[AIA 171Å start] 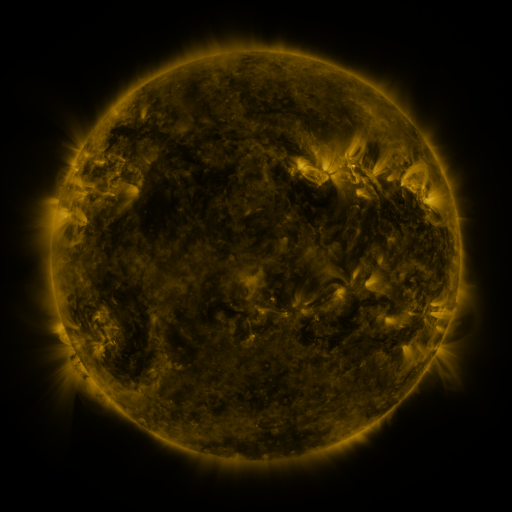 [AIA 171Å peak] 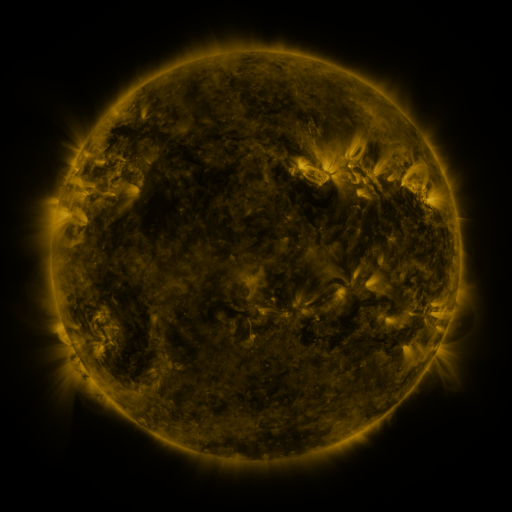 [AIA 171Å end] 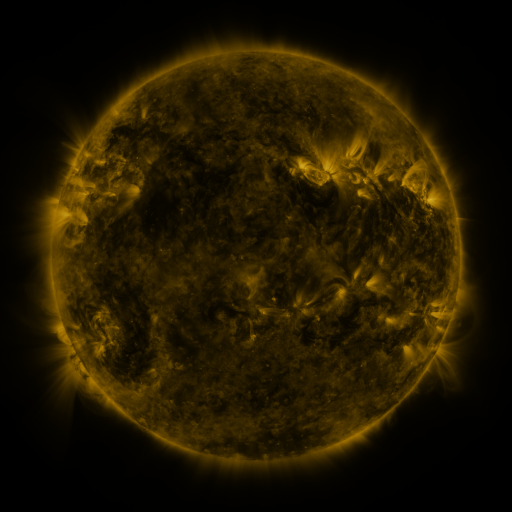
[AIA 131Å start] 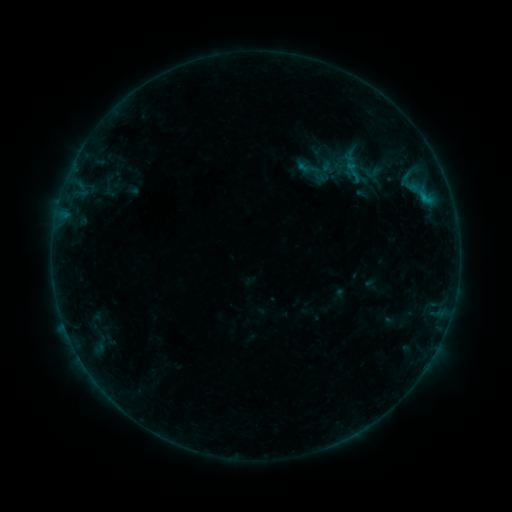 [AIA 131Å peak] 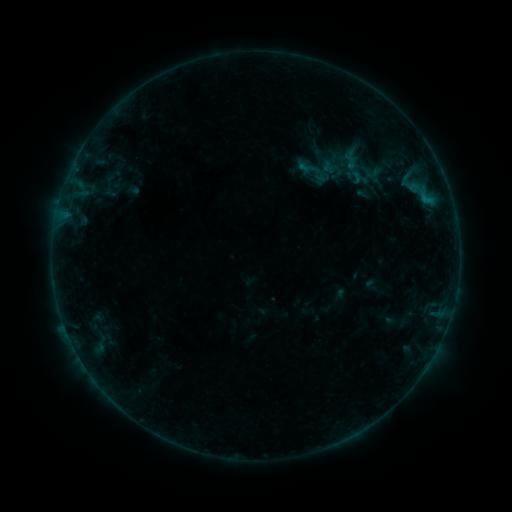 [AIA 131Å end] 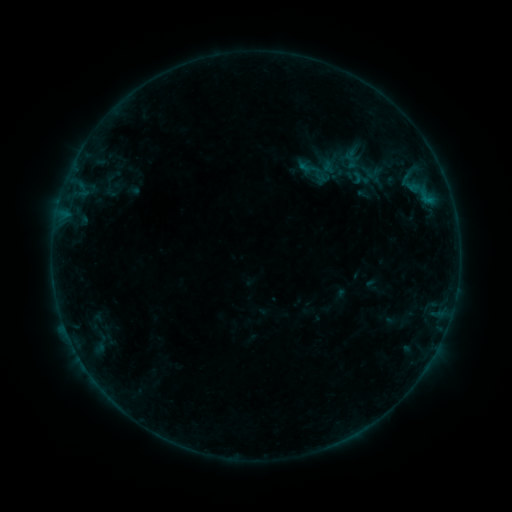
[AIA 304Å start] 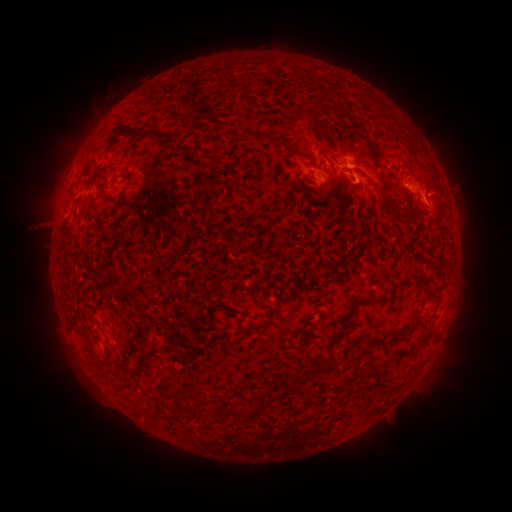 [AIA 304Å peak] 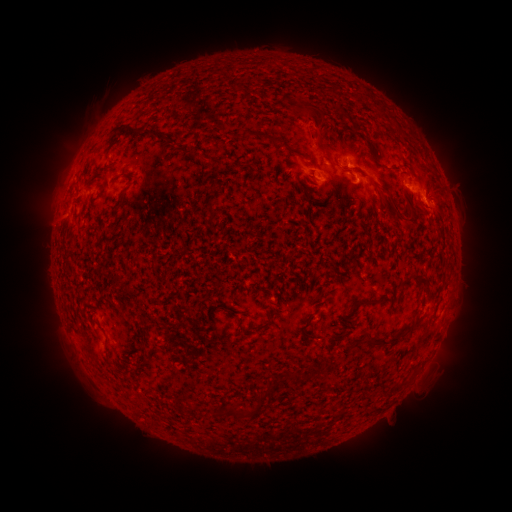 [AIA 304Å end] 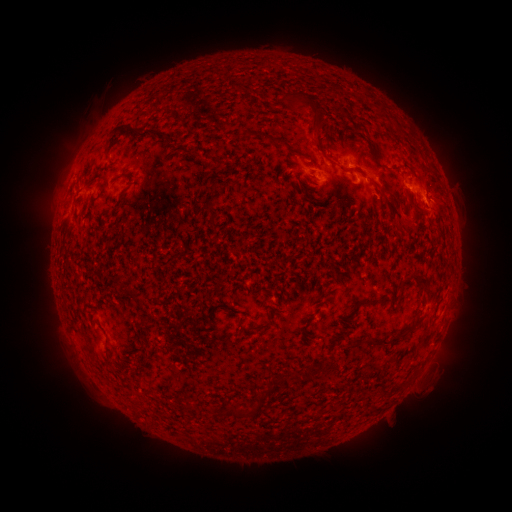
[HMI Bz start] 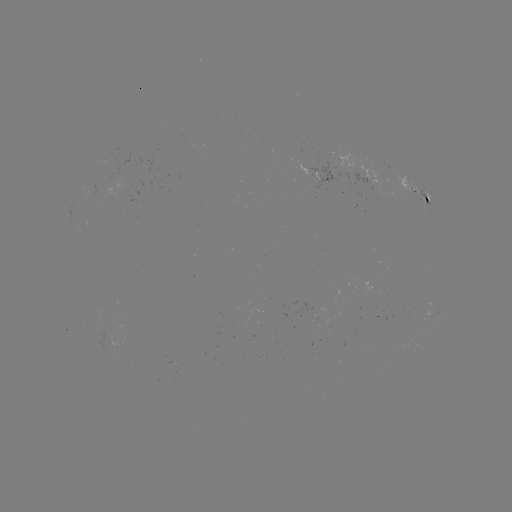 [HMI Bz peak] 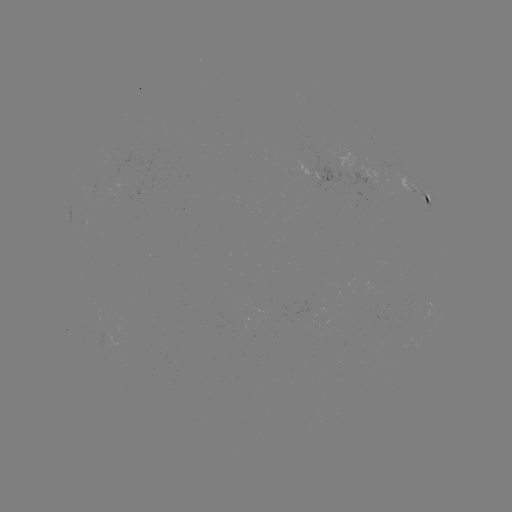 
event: eruption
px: (316, 125)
